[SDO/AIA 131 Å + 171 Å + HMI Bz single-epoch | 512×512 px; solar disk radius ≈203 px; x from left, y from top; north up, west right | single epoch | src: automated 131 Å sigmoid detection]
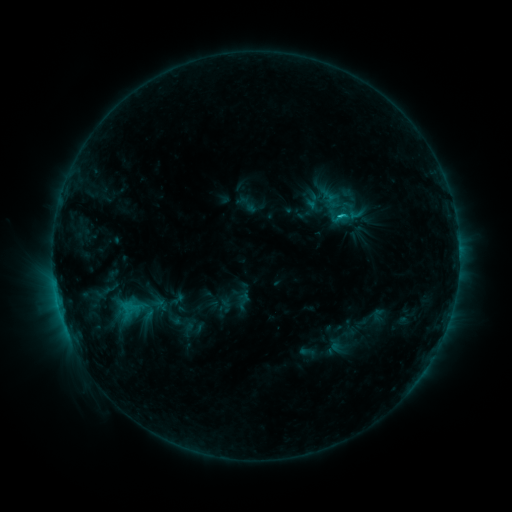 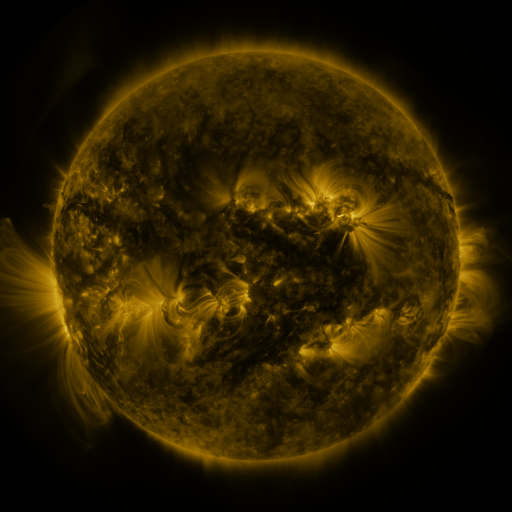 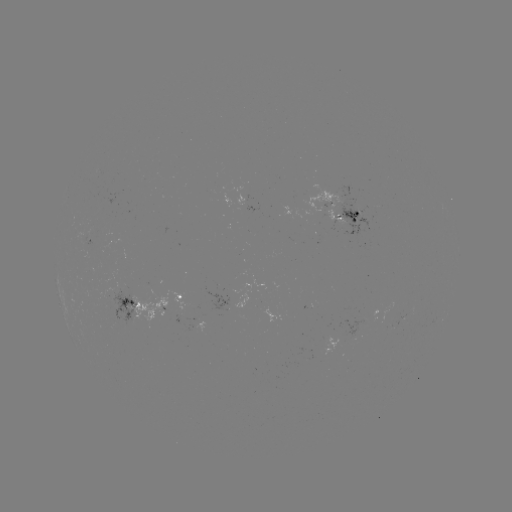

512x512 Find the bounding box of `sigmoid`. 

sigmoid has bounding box [330, 209, 352, 227].